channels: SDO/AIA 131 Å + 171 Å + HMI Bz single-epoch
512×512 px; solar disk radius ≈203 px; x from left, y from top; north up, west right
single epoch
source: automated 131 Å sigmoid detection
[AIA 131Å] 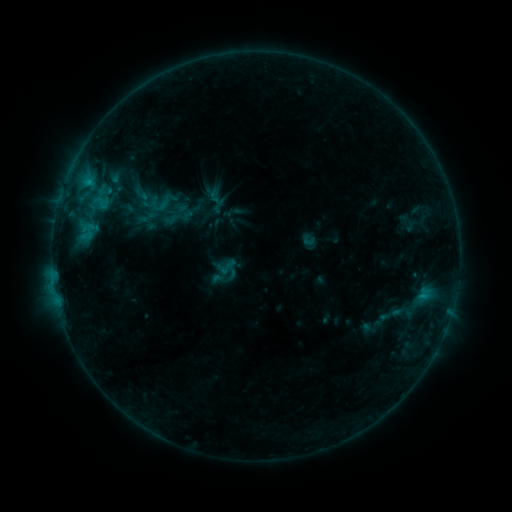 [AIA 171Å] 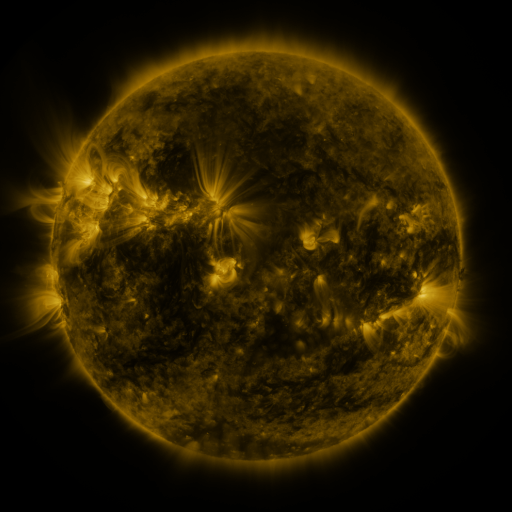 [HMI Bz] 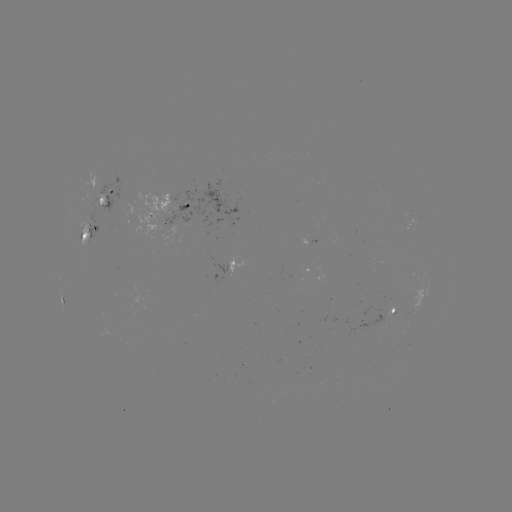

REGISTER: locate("sigmoid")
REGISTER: (165, 203)